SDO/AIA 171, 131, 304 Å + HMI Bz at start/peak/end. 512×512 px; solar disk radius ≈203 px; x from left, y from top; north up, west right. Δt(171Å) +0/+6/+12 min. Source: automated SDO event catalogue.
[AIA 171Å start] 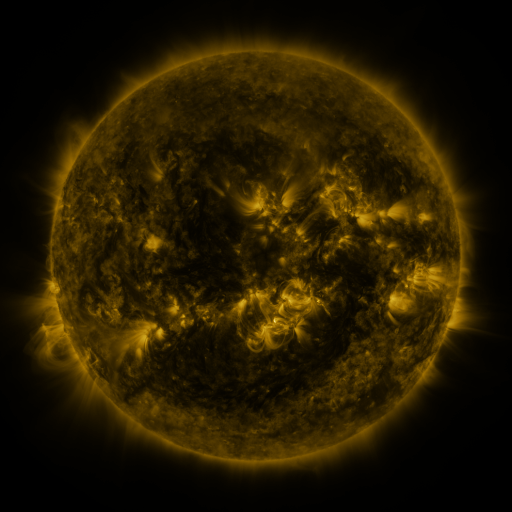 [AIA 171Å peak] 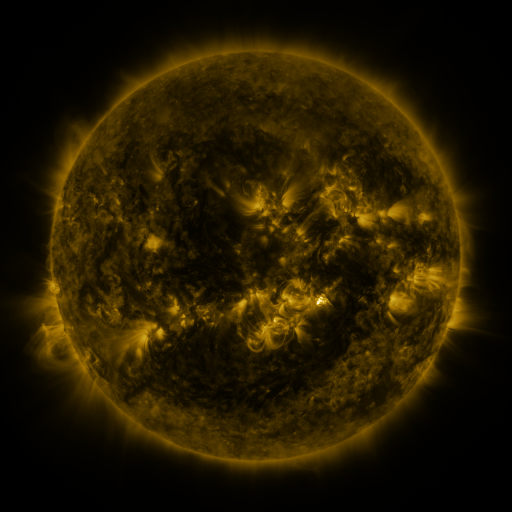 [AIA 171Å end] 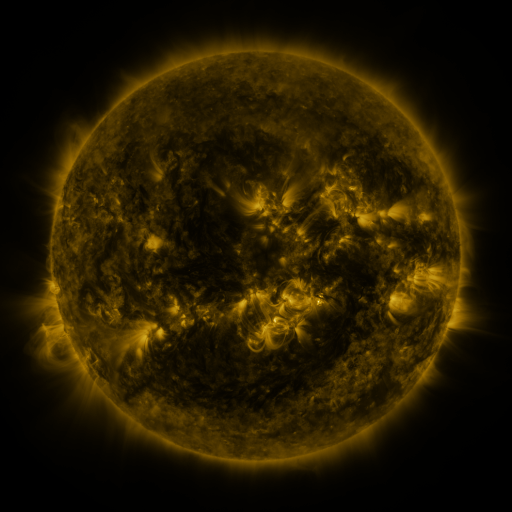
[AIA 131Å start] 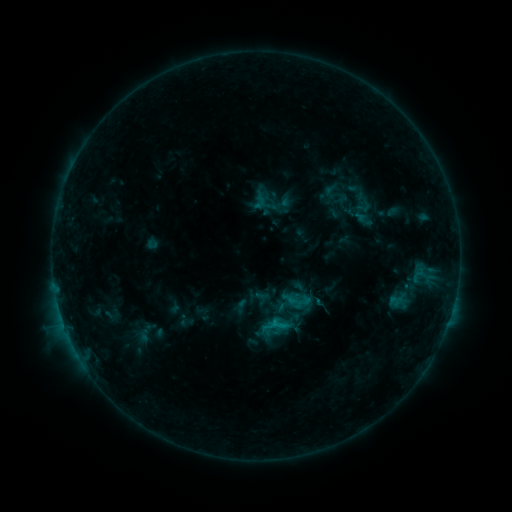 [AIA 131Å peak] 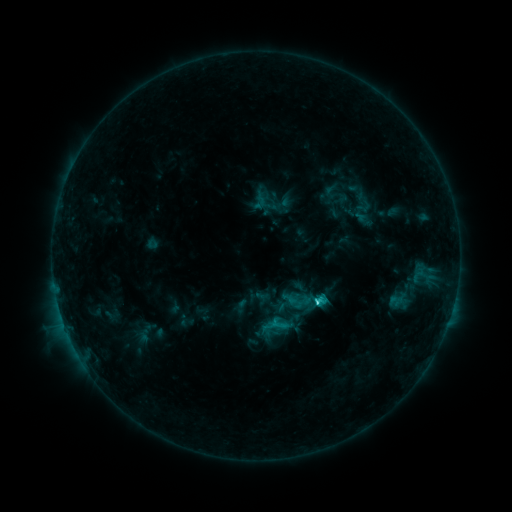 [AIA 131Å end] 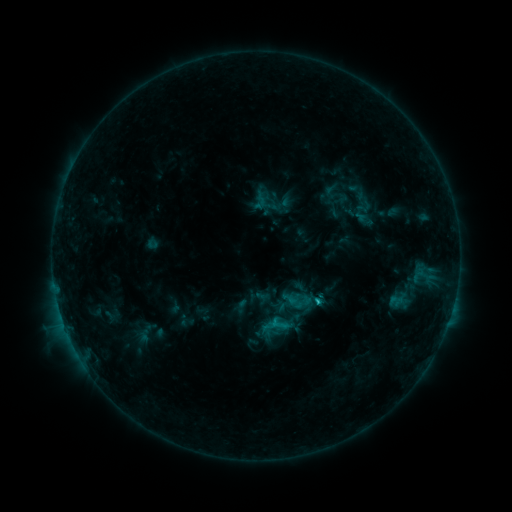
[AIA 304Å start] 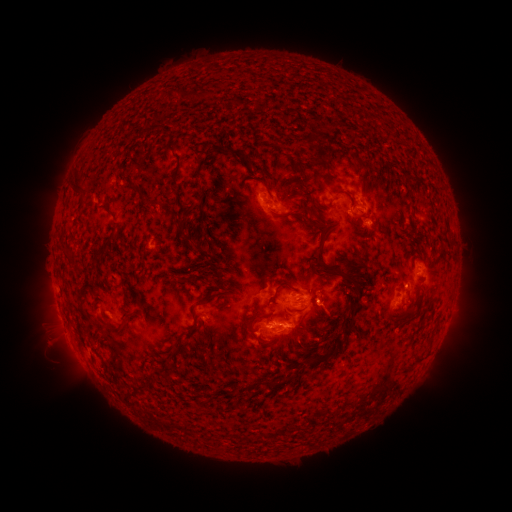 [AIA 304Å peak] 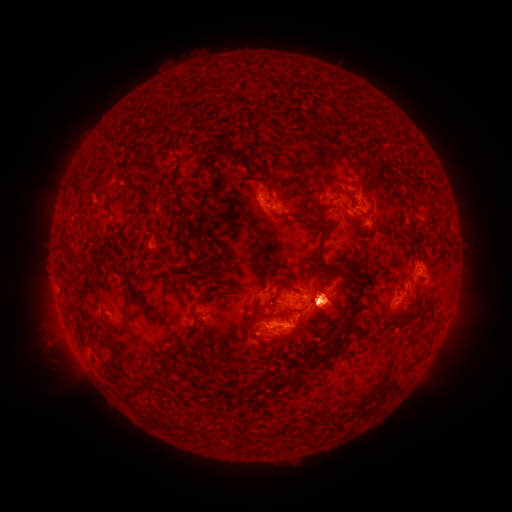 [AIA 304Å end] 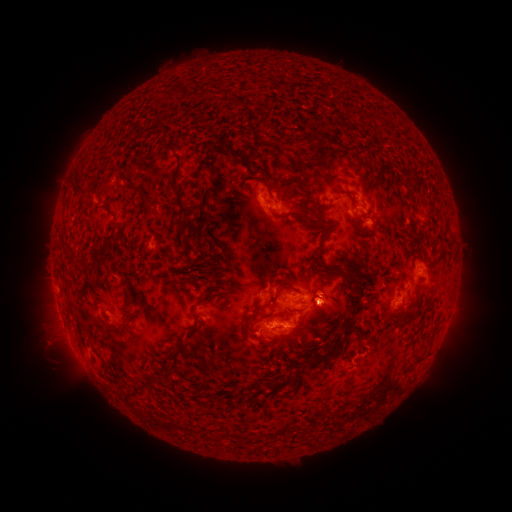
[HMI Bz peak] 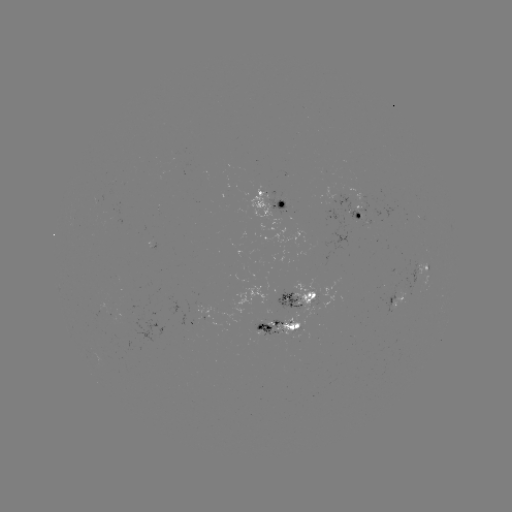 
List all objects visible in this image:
C2.2 flare: (317, 299)
